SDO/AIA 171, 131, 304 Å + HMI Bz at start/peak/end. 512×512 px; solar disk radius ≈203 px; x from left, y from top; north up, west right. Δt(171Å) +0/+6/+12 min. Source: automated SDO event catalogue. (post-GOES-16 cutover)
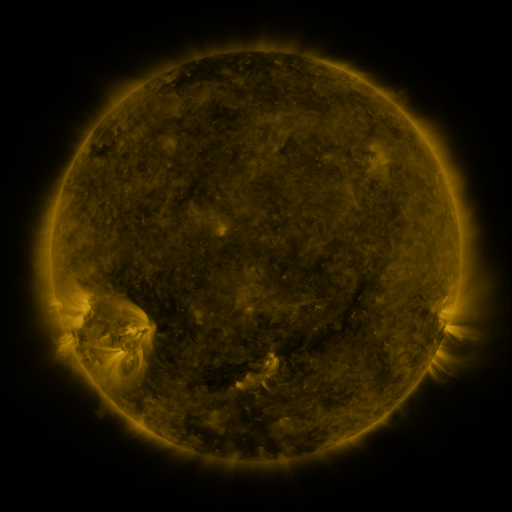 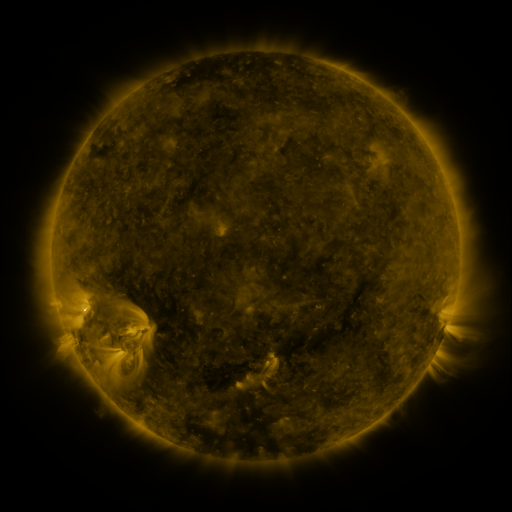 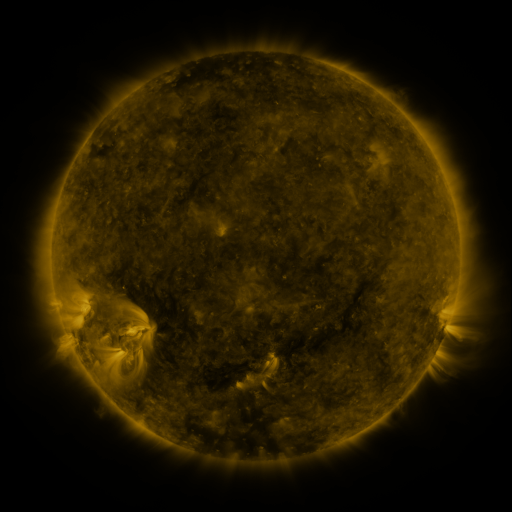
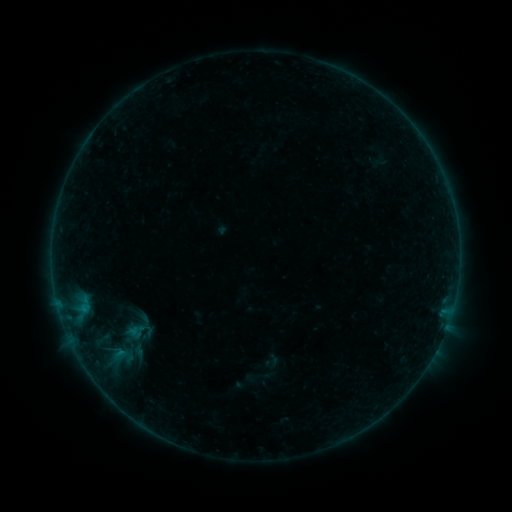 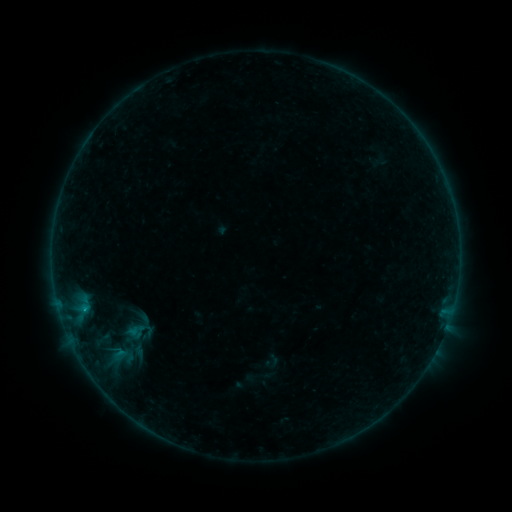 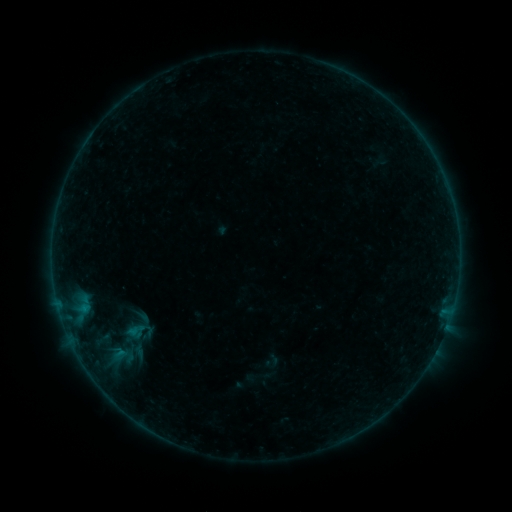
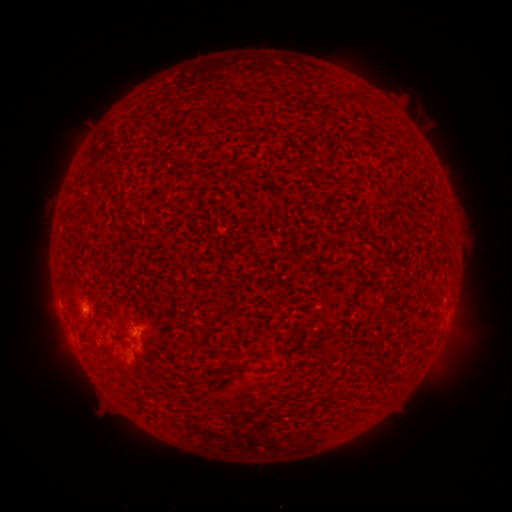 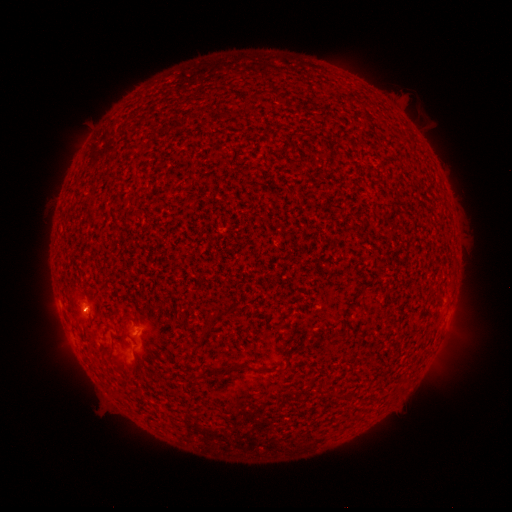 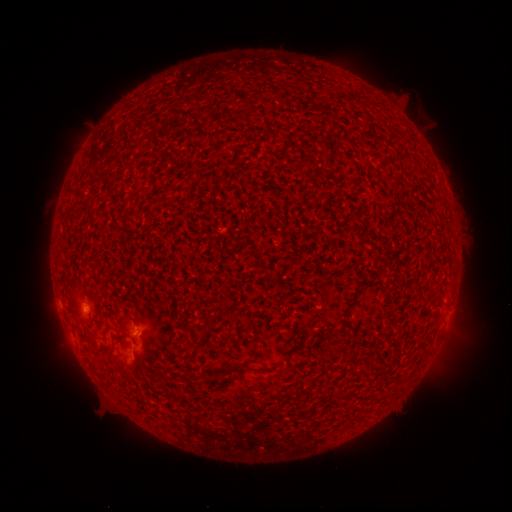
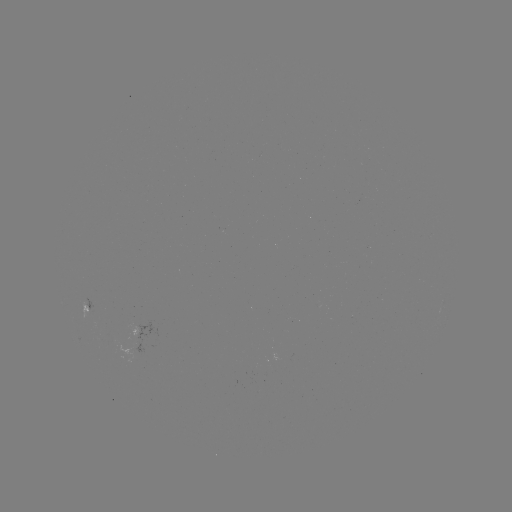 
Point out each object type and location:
B1.9 flare: (85, 307)
